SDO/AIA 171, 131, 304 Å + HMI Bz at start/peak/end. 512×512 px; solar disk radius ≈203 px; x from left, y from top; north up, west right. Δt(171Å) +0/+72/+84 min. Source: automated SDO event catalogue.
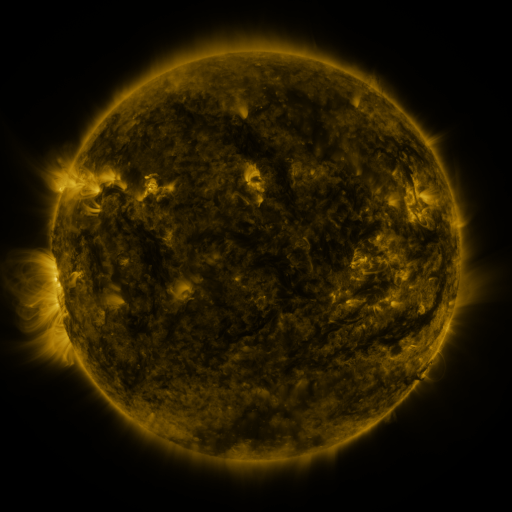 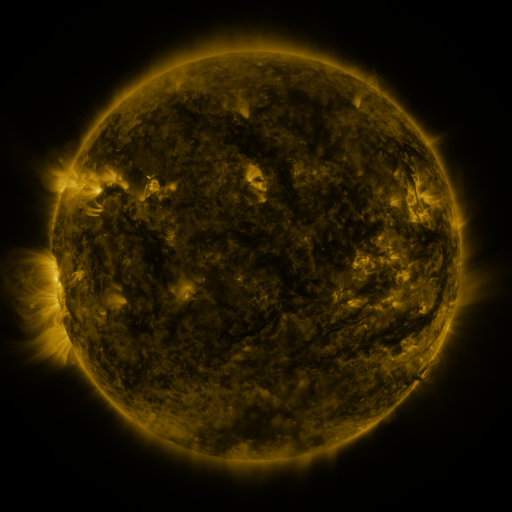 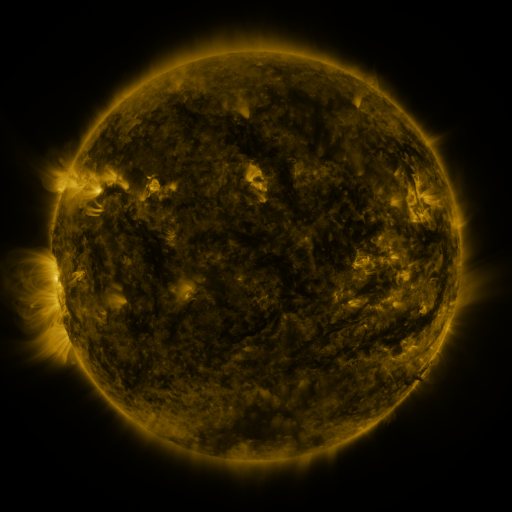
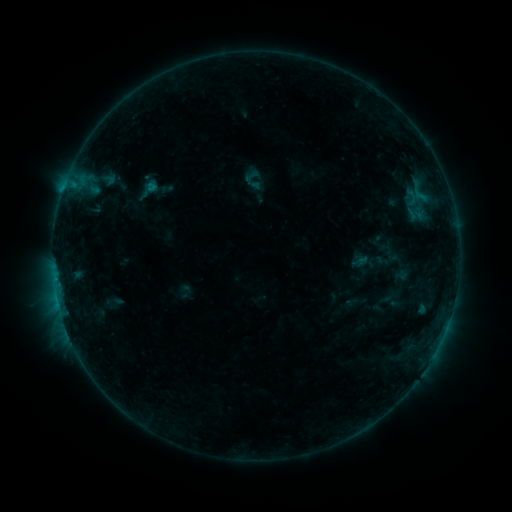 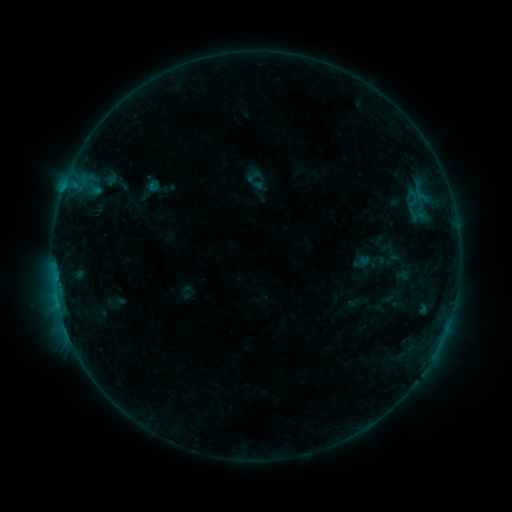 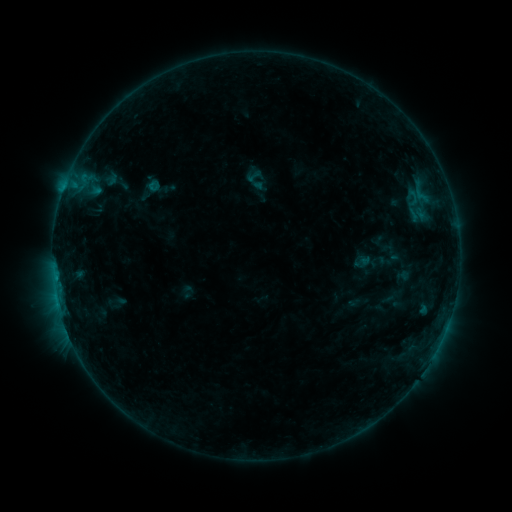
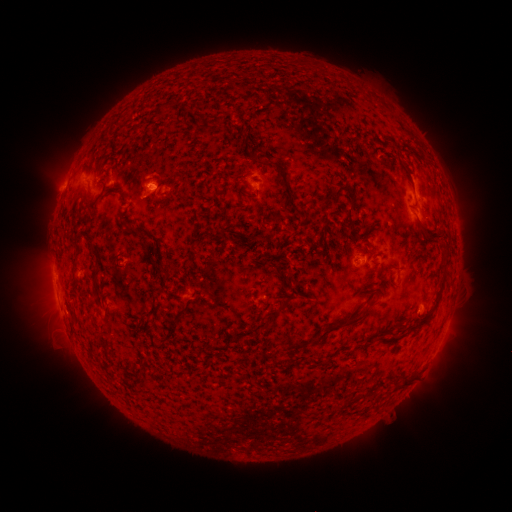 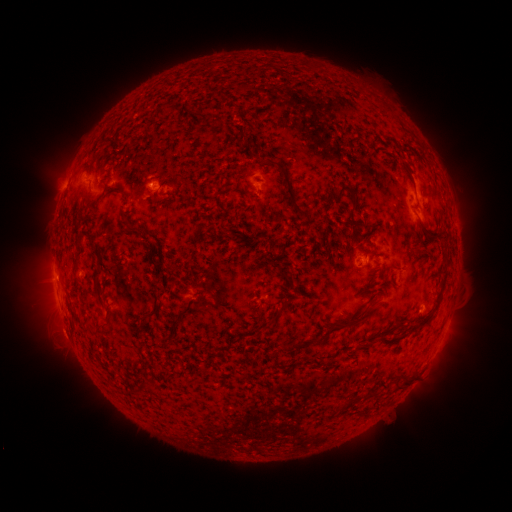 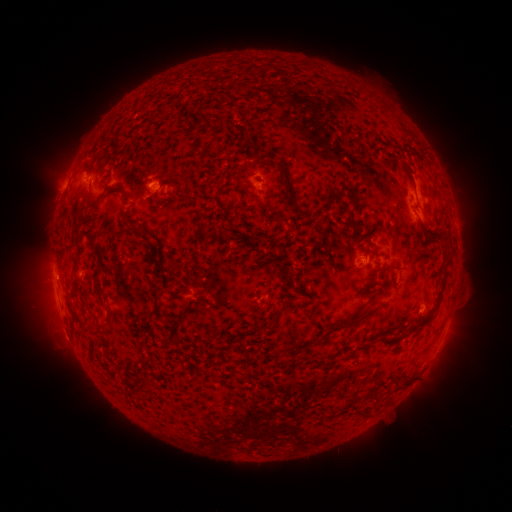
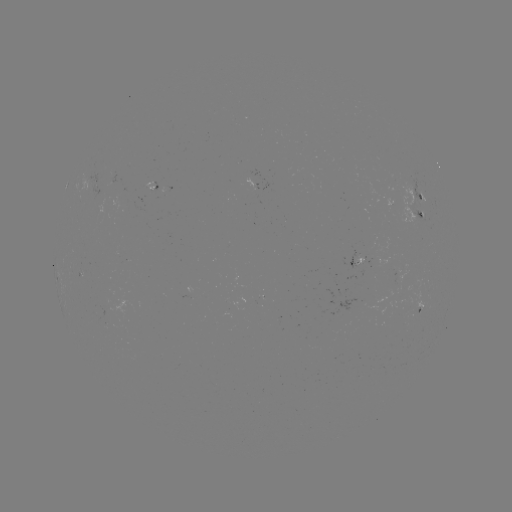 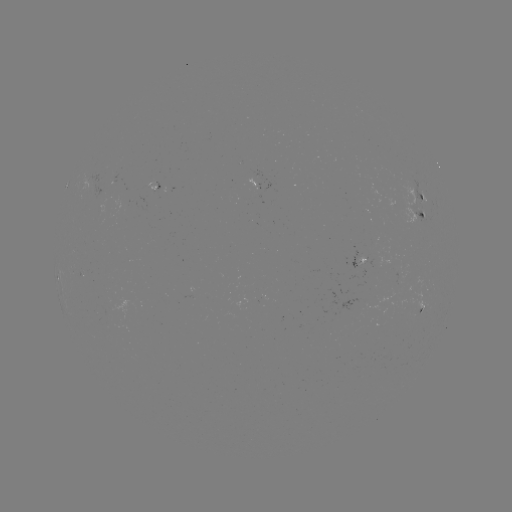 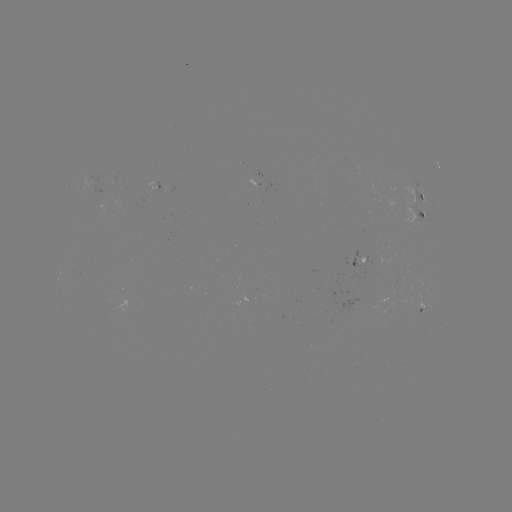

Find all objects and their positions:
emerging-flux region: (361, 263)
